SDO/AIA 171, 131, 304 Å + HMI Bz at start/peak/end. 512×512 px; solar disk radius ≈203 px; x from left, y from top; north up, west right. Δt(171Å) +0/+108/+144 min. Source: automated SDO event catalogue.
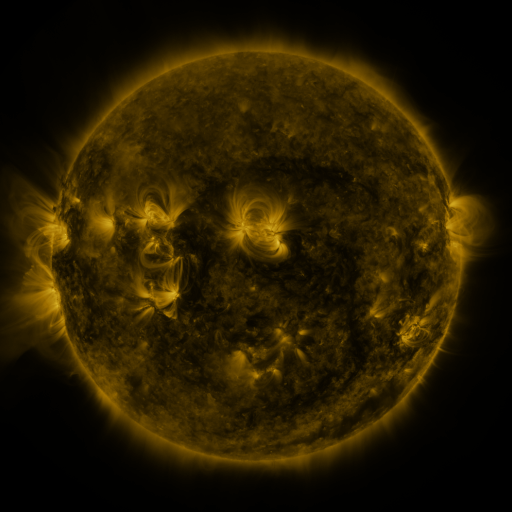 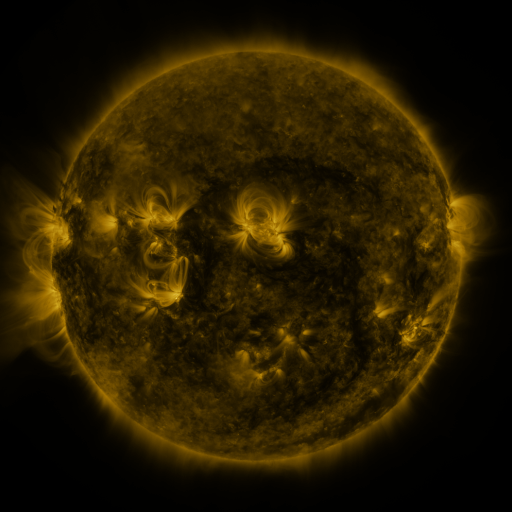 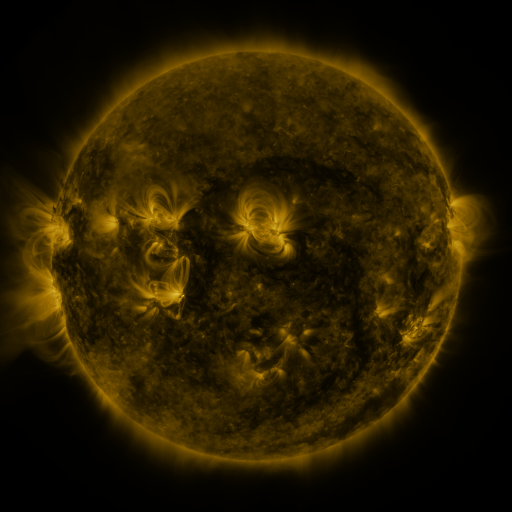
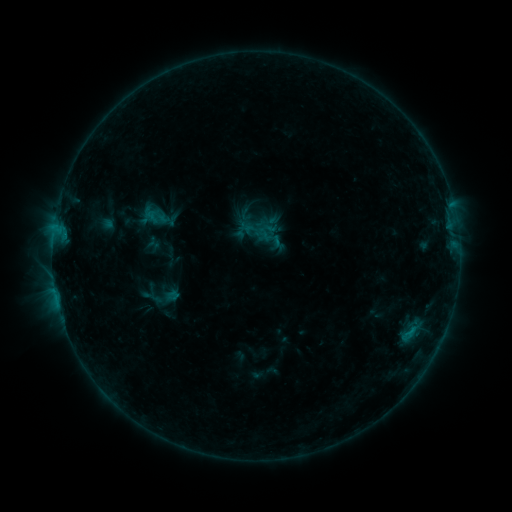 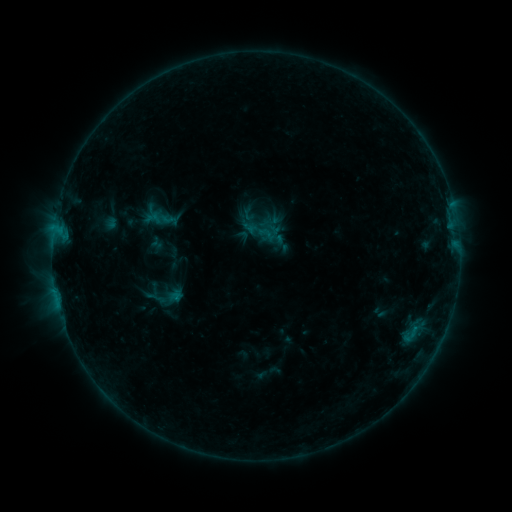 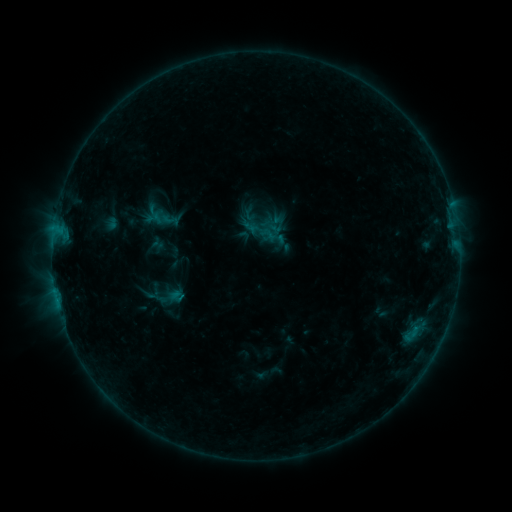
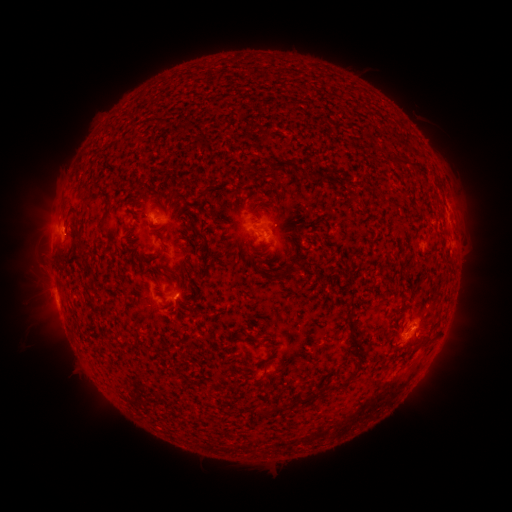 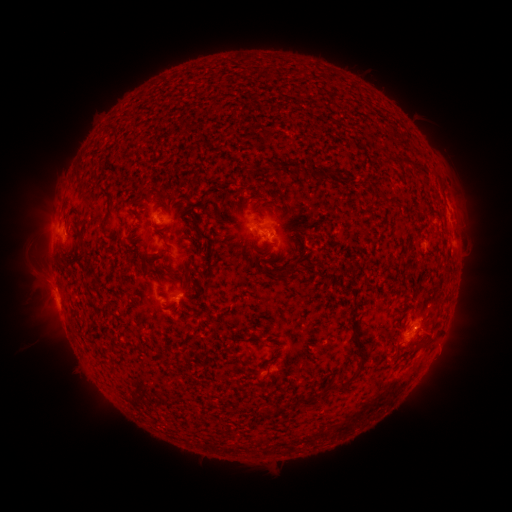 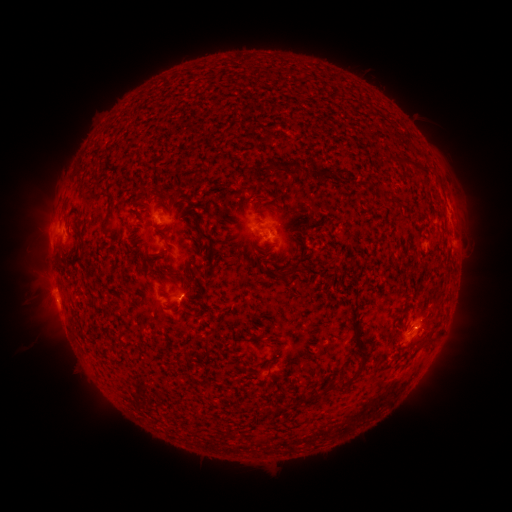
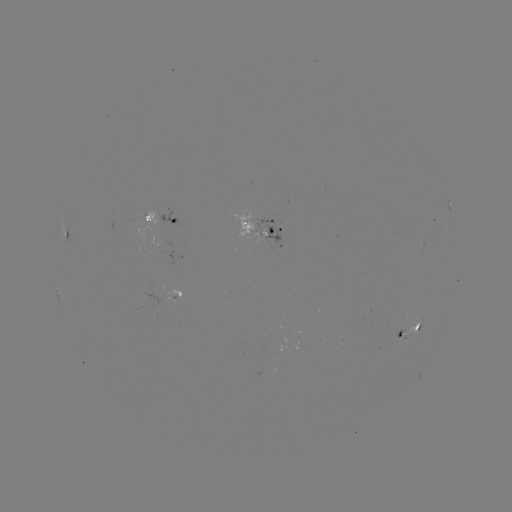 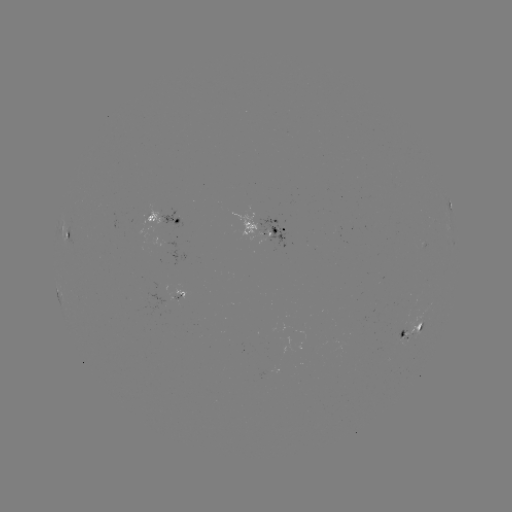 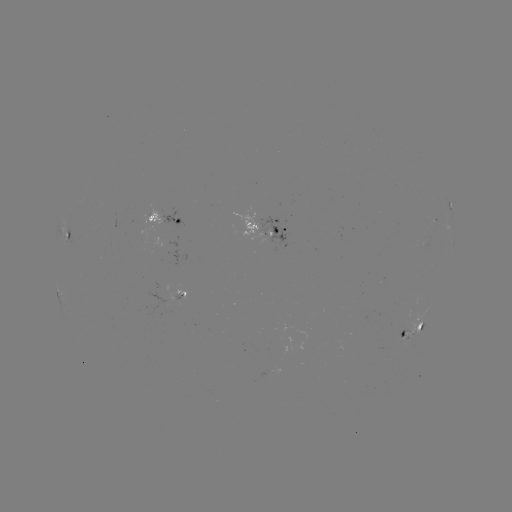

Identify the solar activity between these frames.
emerging-flux region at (403, 336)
